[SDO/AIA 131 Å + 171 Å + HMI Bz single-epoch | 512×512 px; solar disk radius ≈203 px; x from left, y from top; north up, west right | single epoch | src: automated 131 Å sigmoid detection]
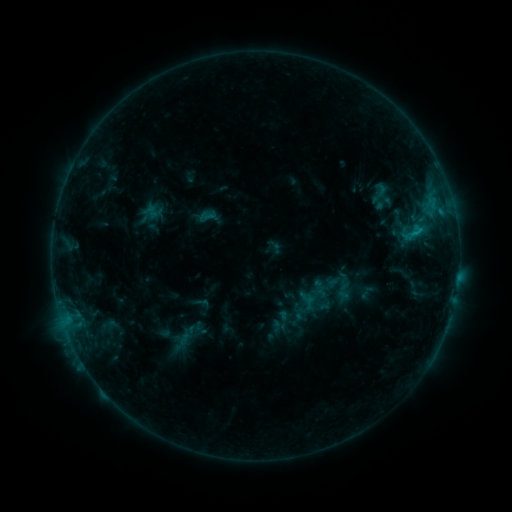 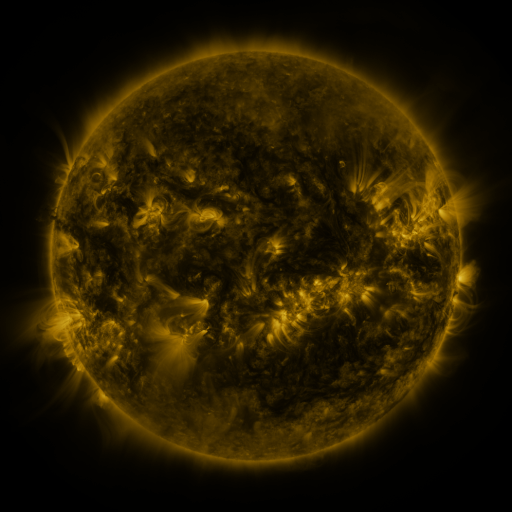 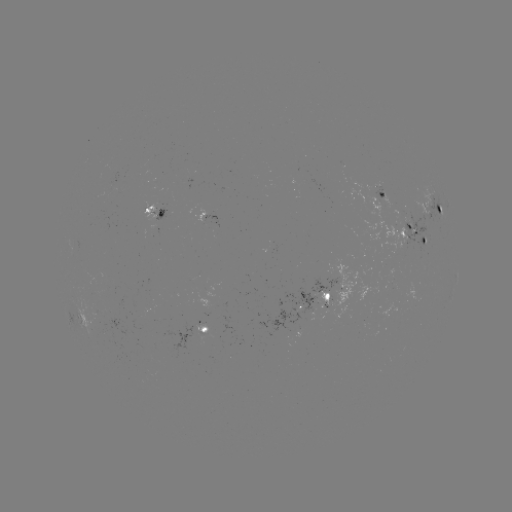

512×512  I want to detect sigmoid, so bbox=[363, 180, 395, 206].